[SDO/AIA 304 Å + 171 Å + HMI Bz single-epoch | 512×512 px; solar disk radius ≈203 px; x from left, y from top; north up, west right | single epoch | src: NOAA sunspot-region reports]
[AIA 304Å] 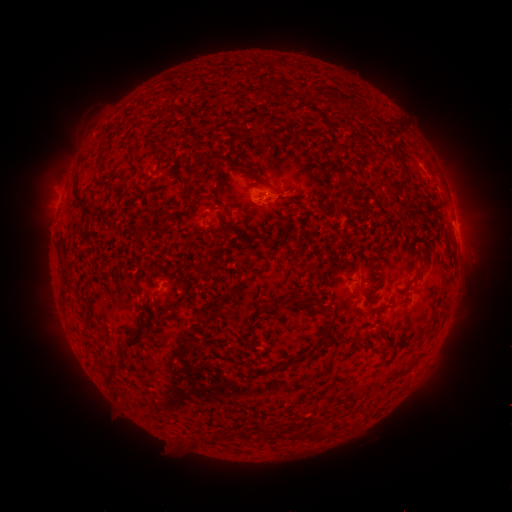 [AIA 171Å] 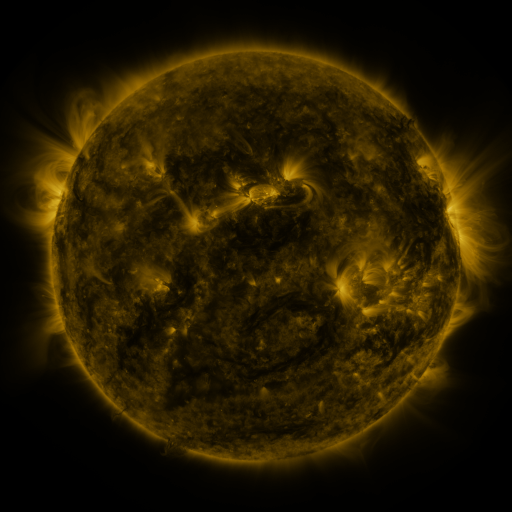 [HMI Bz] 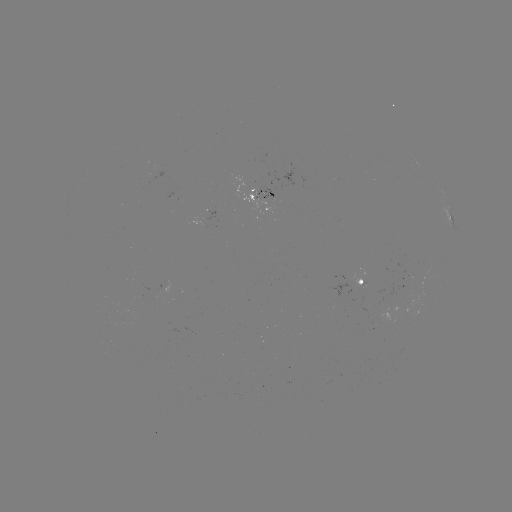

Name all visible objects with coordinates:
spotted active region: (262, 192)
spotted active region: (456, 225)
spotted active region: (361, 283)
